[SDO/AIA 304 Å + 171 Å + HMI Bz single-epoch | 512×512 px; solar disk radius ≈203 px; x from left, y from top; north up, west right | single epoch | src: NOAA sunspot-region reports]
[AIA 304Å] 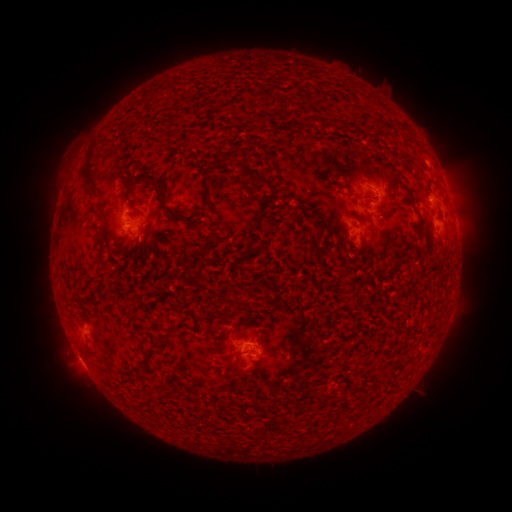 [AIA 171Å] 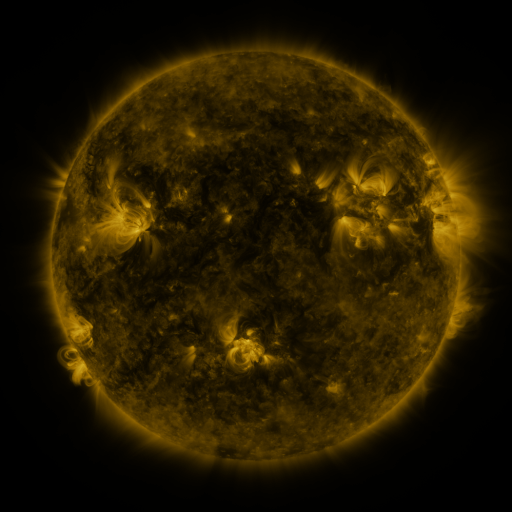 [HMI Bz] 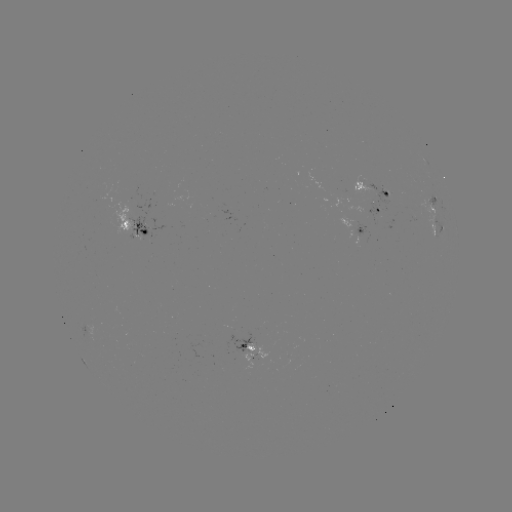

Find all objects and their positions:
spotted active region: (374, 188)
spotted active region: (379, 208)
spotted active region: (438, 227)
spotted active region: (360, 228)
spotted active region: (136, 230)
spotted active region: (252, 349)
